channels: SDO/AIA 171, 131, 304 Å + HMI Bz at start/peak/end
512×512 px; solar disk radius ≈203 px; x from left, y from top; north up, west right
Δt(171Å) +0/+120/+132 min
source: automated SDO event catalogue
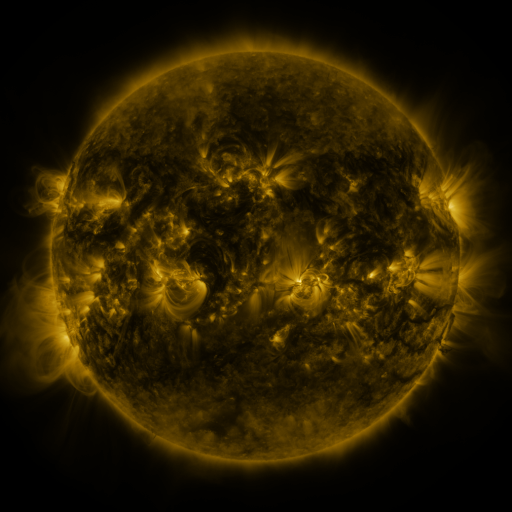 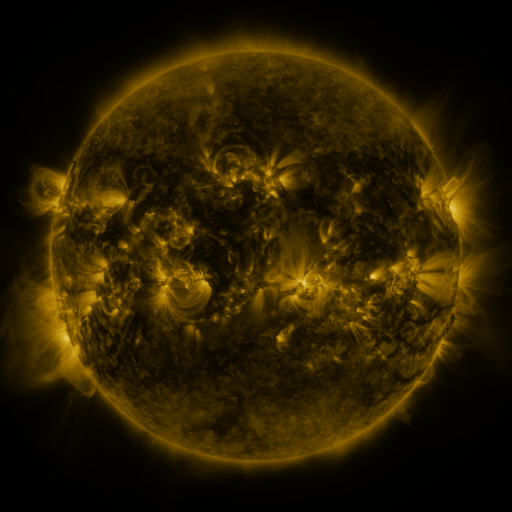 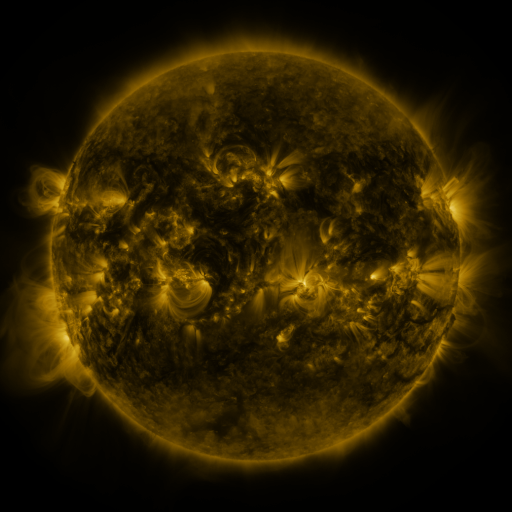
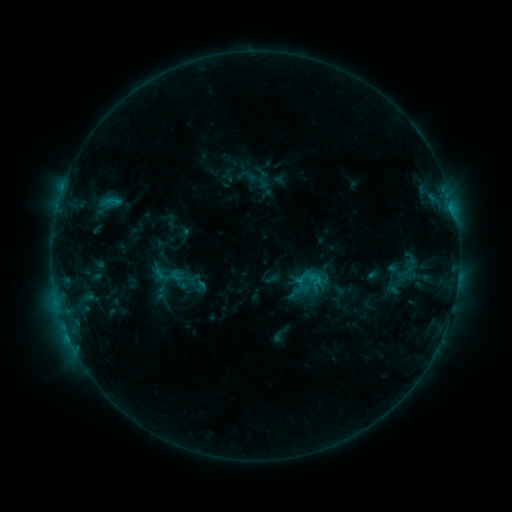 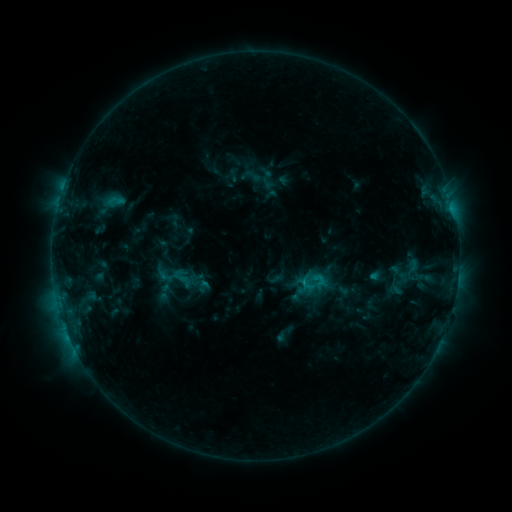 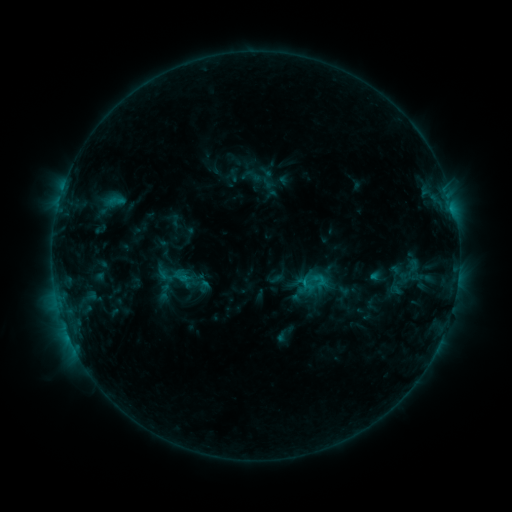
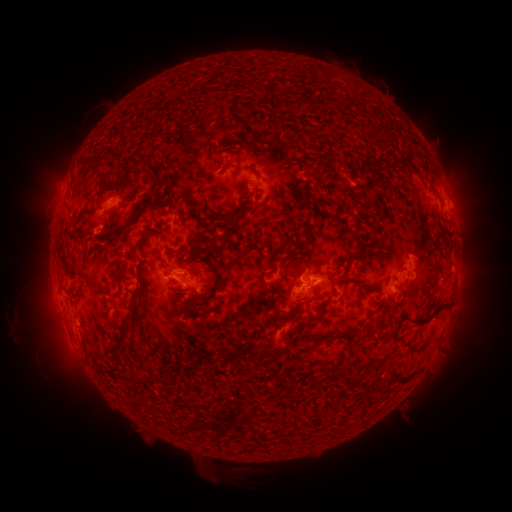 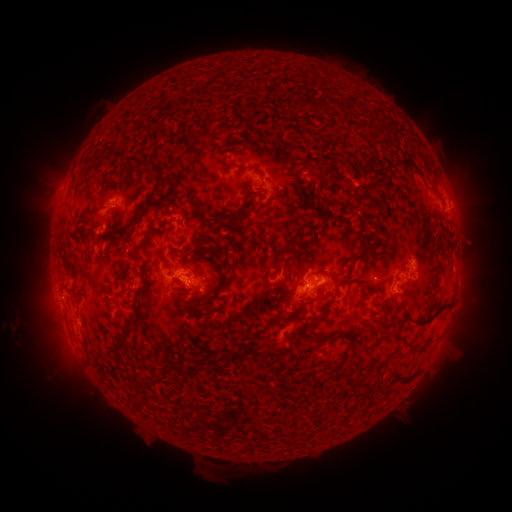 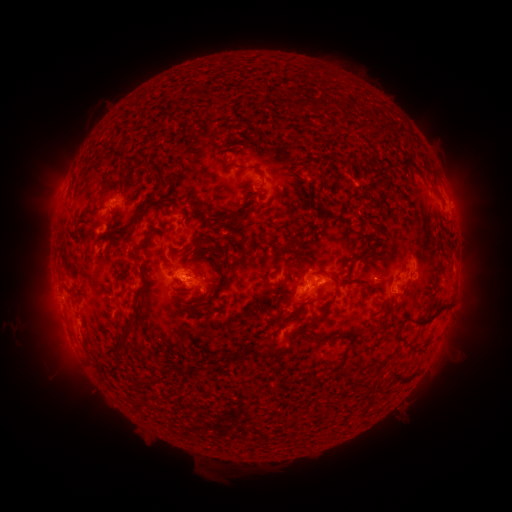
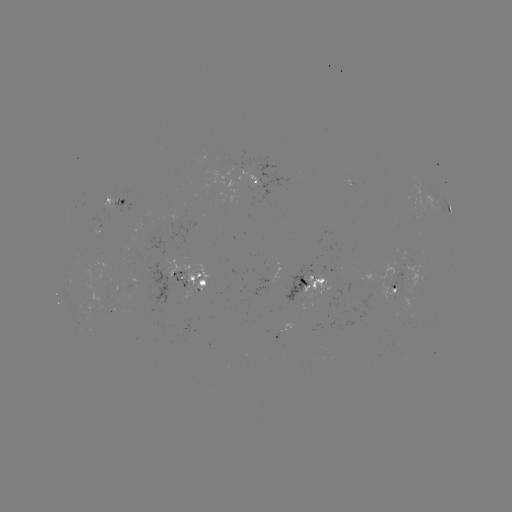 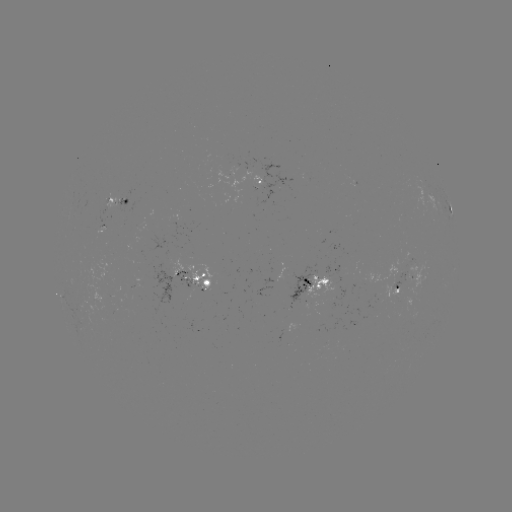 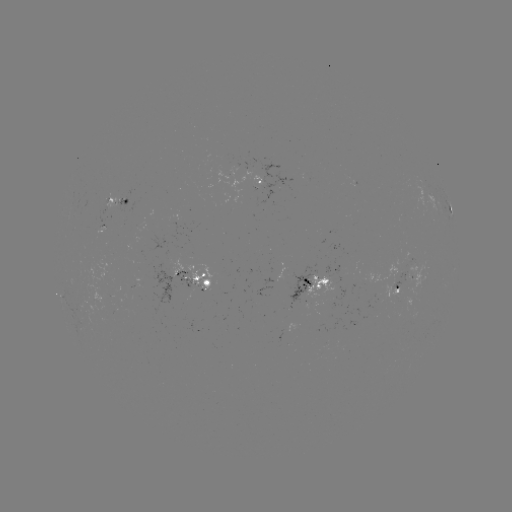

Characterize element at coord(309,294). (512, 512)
emerging-flux region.